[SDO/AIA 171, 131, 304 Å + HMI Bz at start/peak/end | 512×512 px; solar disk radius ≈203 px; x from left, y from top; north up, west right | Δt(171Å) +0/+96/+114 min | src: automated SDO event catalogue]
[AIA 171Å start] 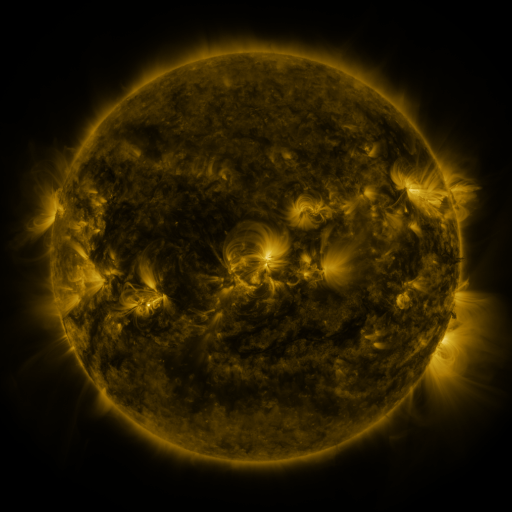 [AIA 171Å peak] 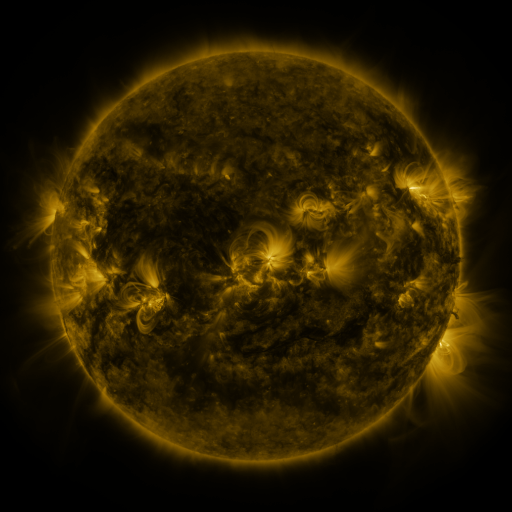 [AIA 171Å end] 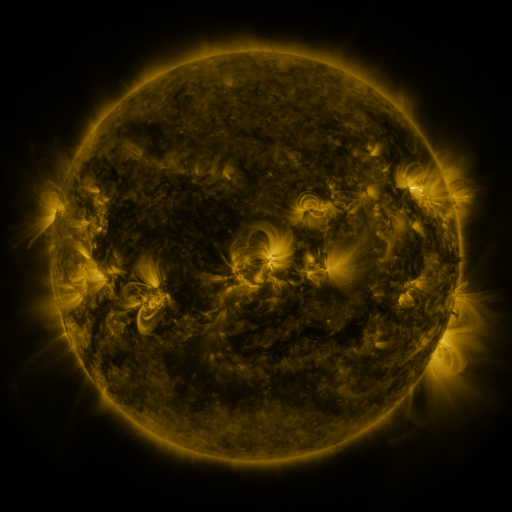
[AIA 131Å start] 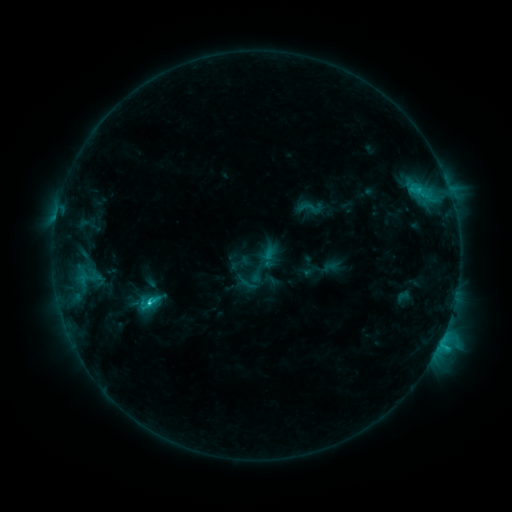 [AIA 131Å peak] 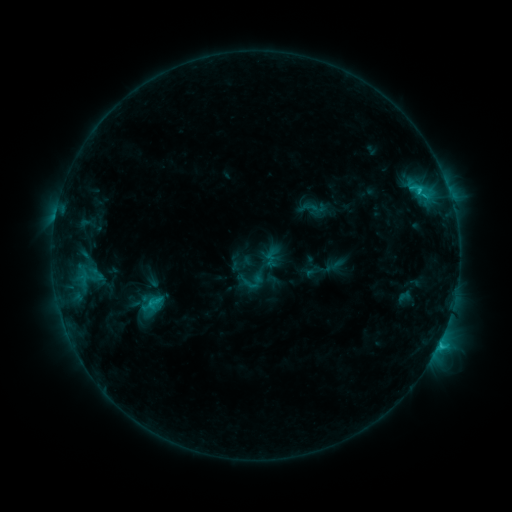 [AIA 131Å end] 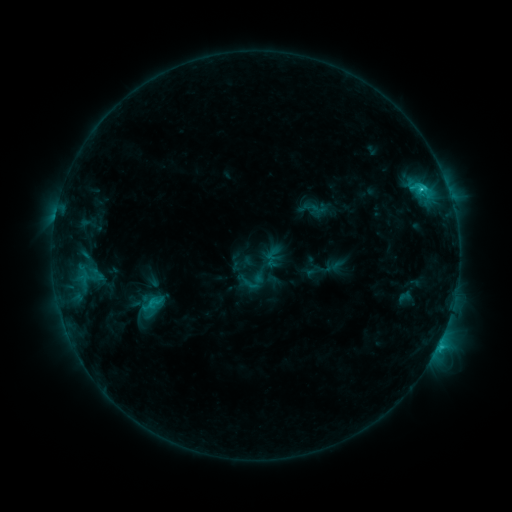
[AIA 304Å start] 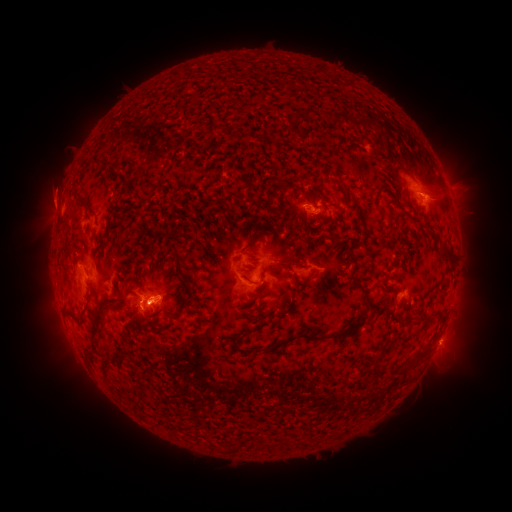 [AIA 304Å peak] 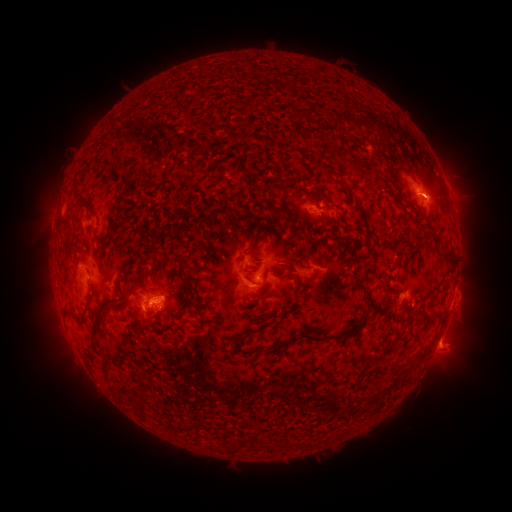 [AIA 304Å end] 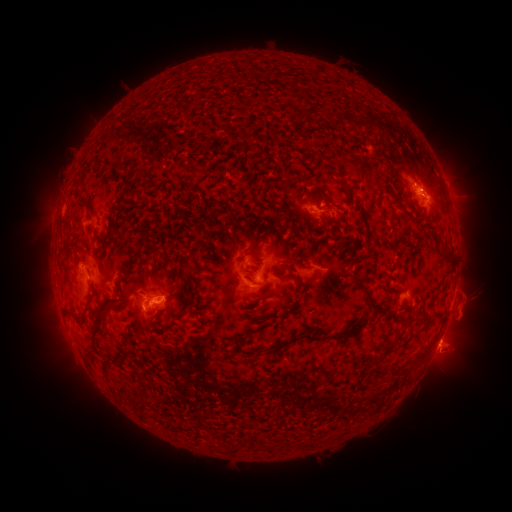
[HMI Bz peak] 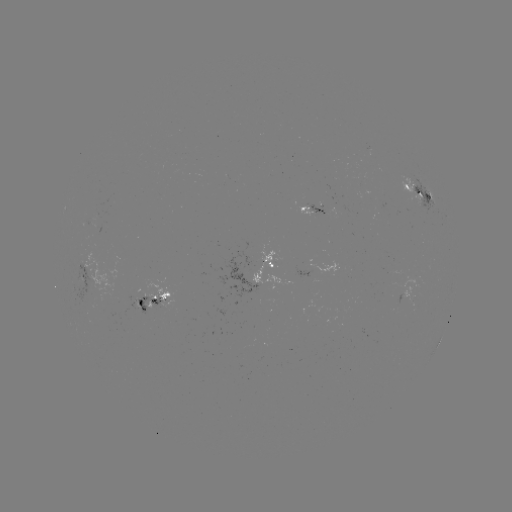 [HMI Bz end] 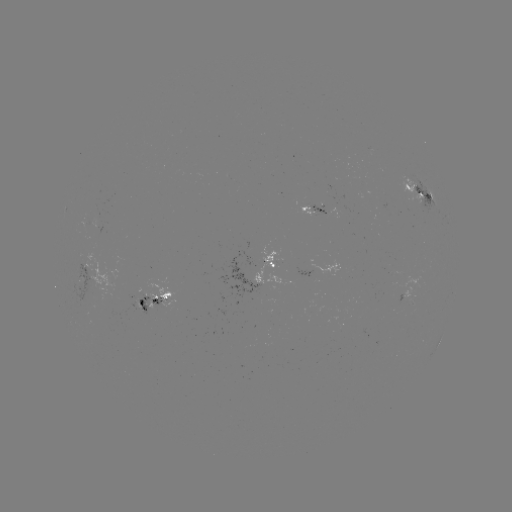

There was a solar emerging-flux region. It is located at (135, 305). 